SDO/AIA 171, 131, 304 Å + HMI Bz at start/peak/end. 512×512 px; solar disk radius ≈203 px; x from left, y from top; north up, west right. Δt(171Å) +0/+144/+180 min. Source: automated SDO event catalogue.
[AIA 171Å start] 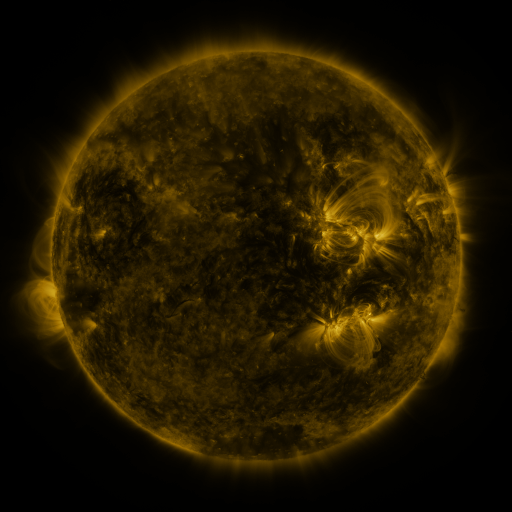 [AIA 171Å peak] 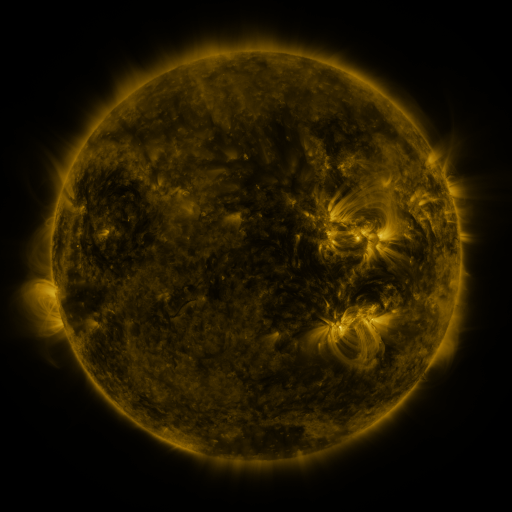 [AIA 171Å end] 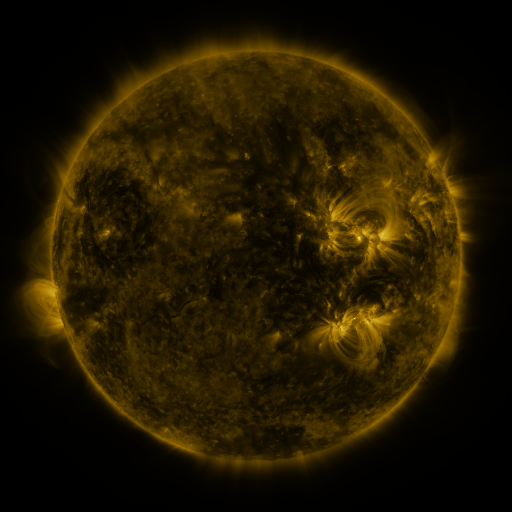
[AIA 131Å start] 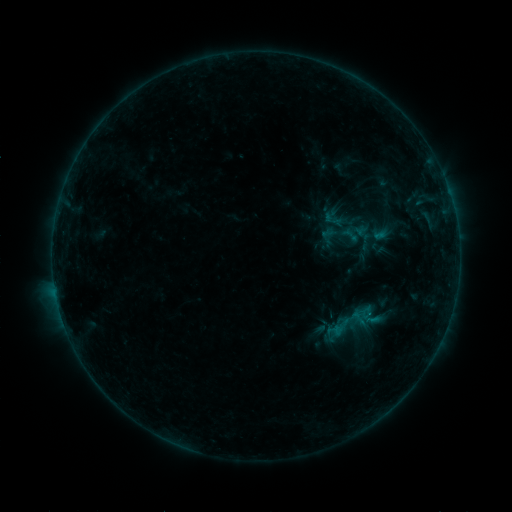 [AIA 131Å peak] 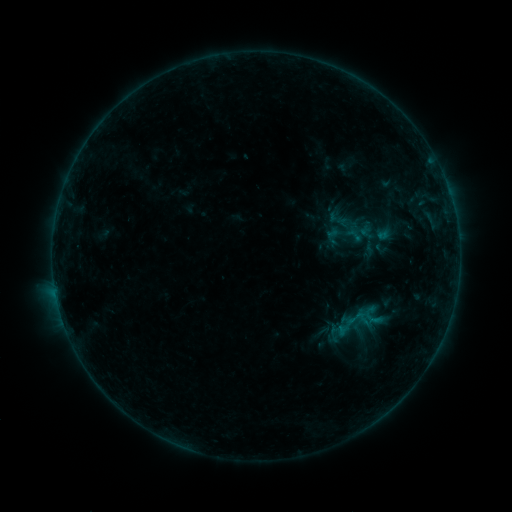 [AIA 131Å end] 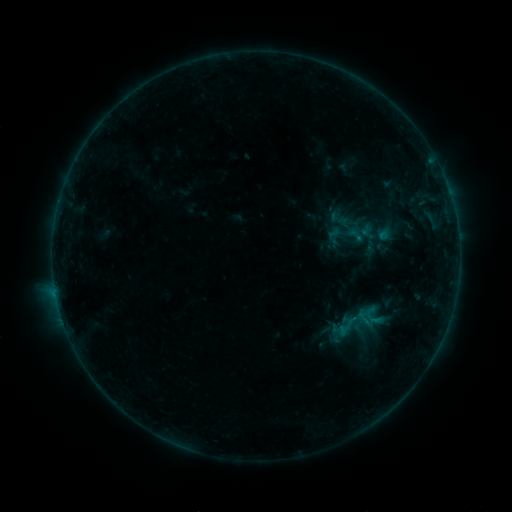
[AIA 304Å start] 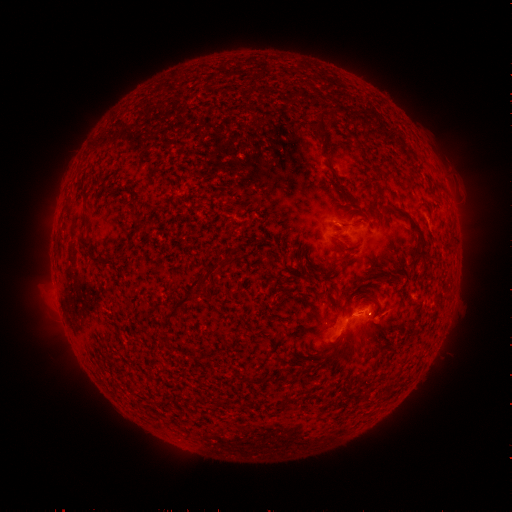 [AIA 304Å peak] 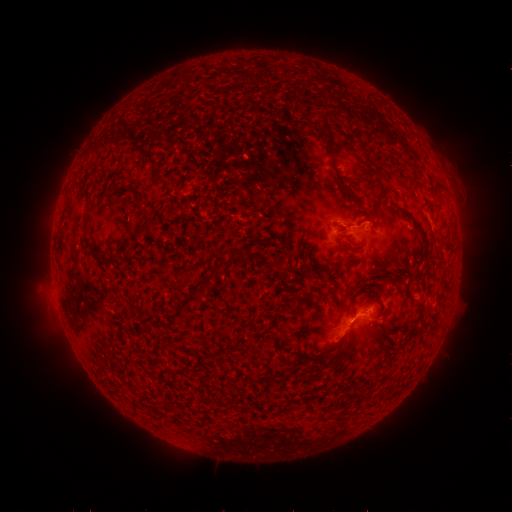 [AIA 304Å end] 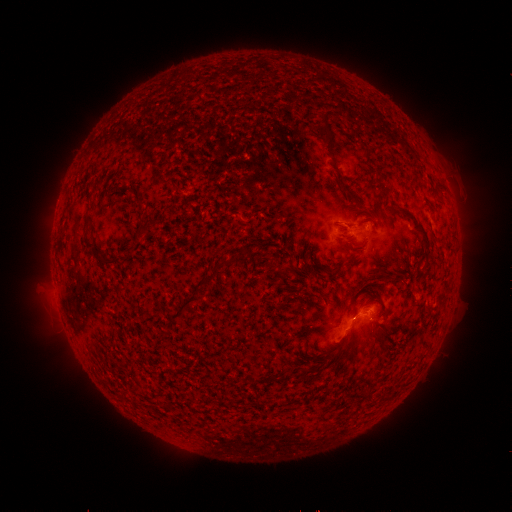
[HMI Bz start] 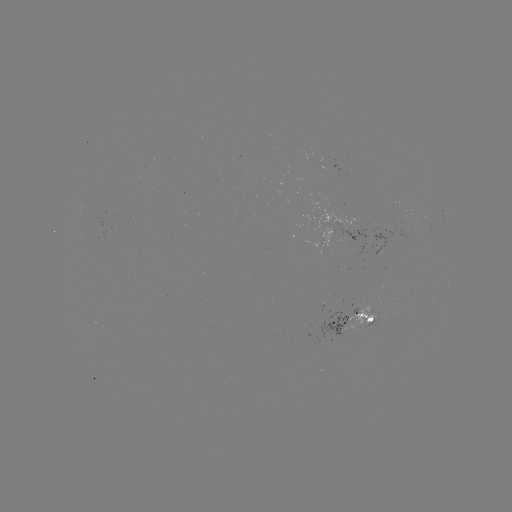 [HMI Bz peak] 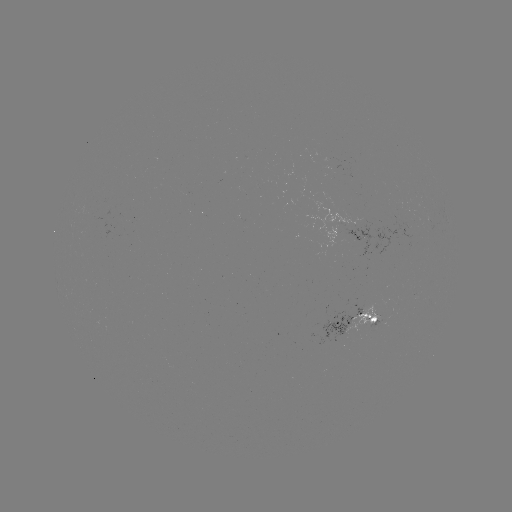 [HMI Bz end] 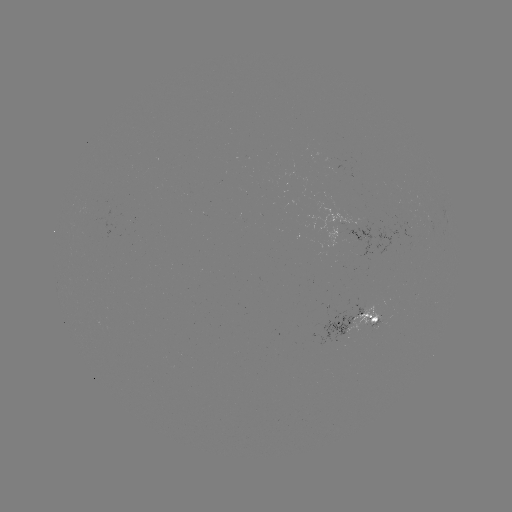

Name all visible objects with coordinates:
emerging-flux region: (186, 194)
